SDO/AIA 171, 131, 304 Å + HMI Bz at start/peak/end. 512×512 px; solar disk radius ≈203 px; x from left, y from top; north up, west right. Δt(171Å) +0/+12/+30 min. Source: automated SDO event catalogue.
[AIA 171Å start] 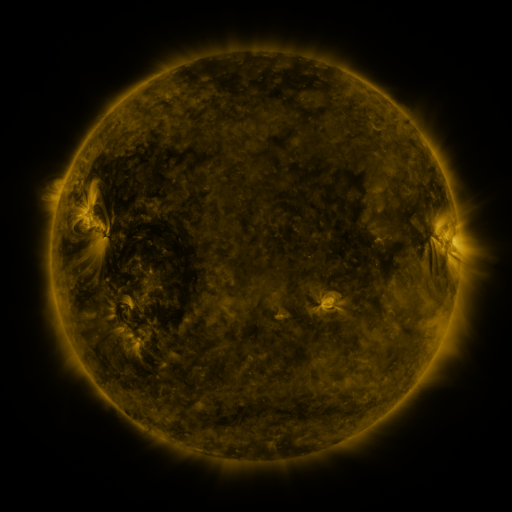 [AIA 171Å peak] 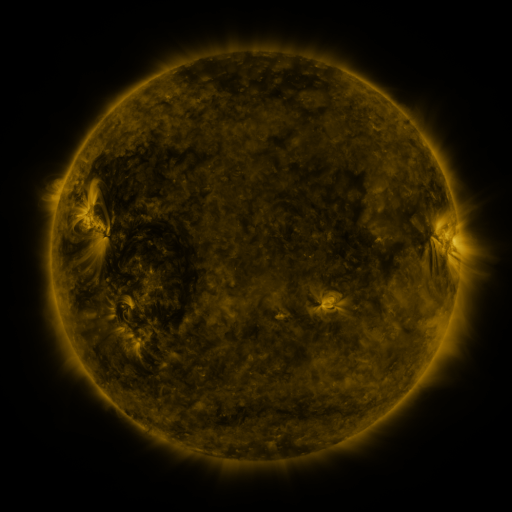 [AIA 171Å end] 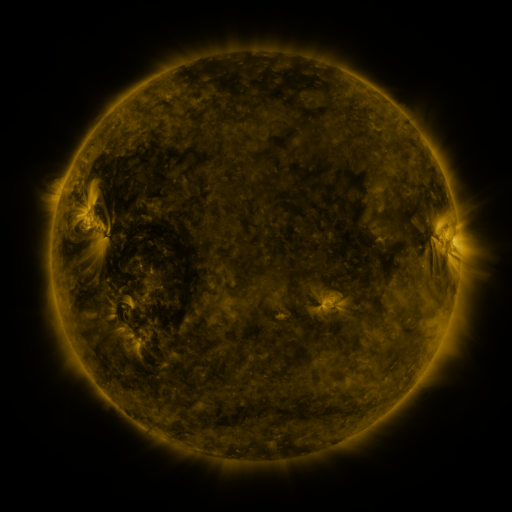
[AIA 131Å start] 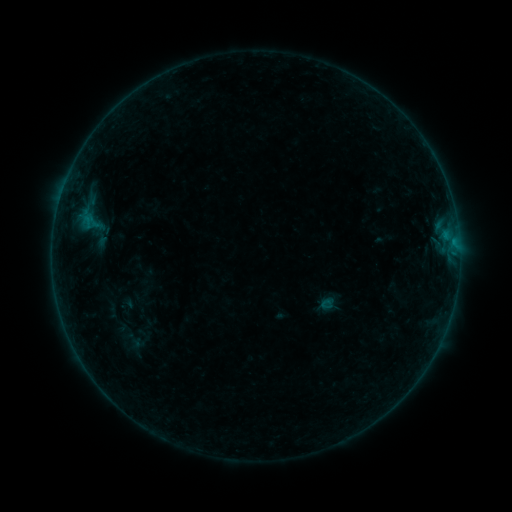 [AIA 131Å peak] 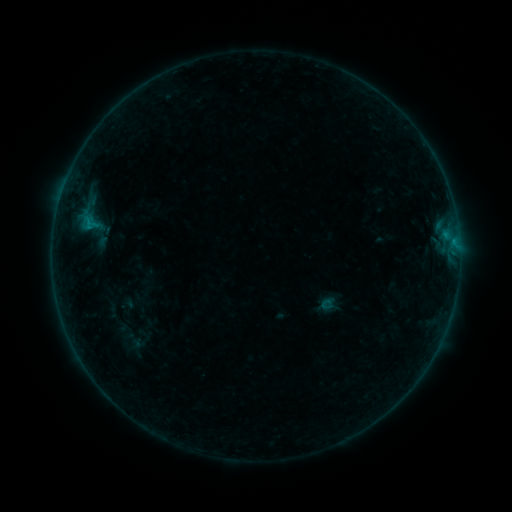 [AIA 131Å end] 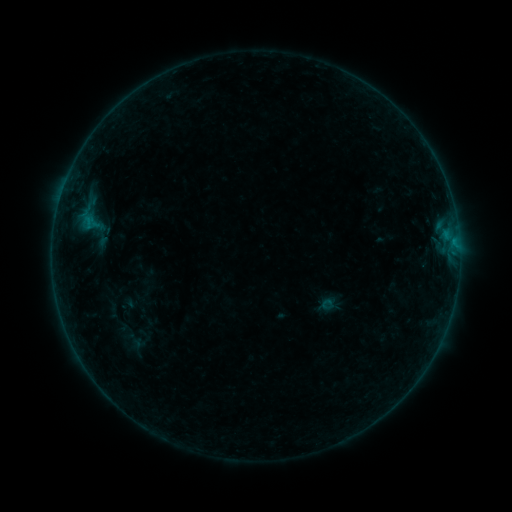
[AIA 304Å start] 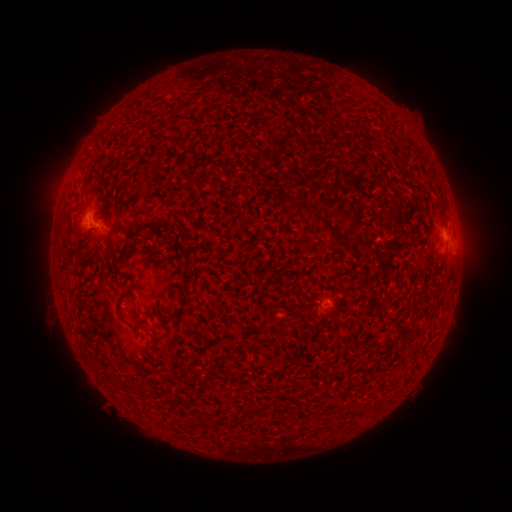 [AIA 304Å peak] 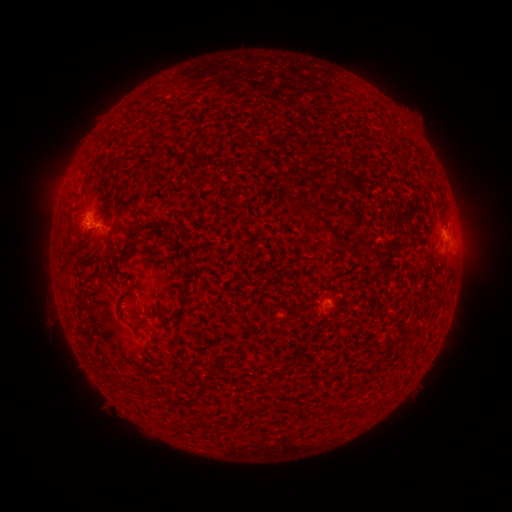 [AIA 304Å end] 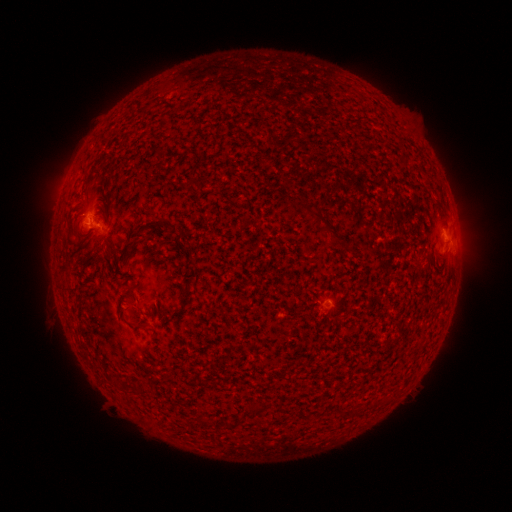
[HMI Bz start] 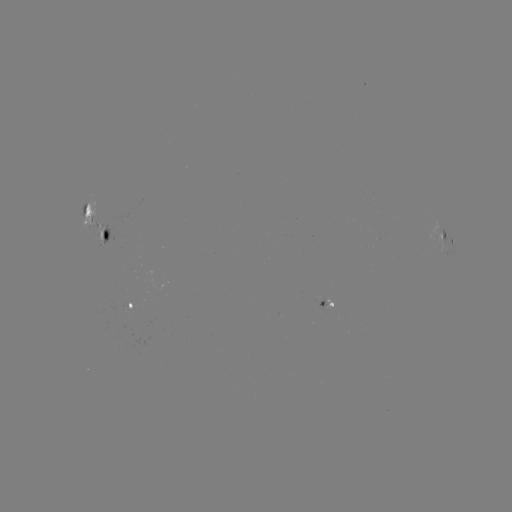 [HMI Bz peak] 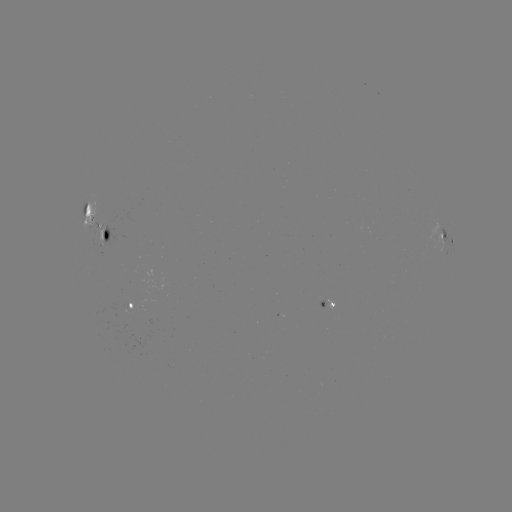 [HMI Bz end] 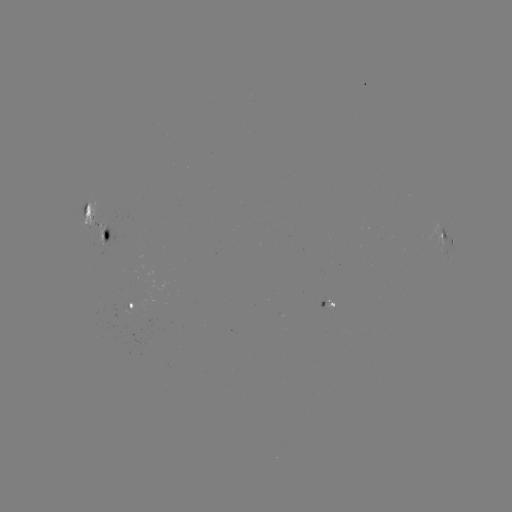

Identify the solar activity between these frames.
B3.1 flare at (90, 227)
